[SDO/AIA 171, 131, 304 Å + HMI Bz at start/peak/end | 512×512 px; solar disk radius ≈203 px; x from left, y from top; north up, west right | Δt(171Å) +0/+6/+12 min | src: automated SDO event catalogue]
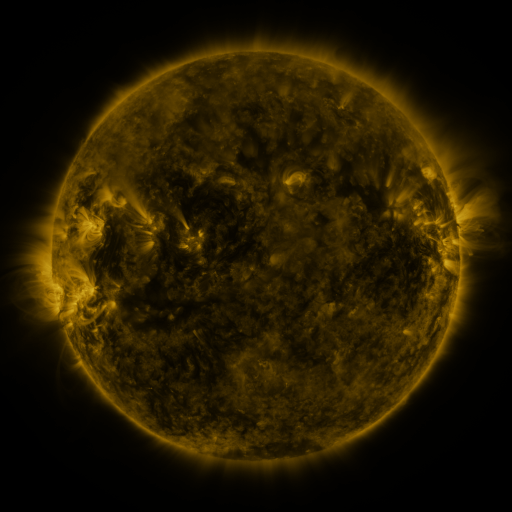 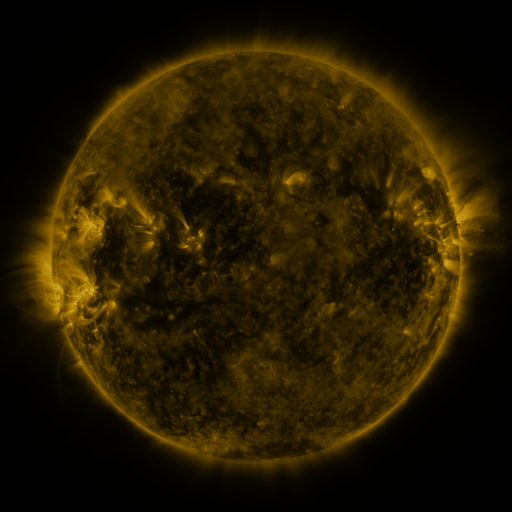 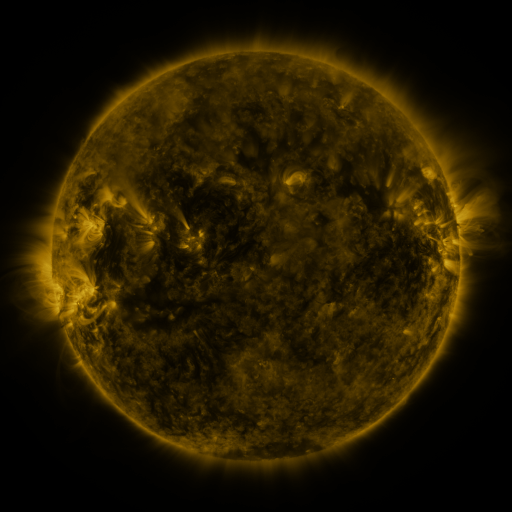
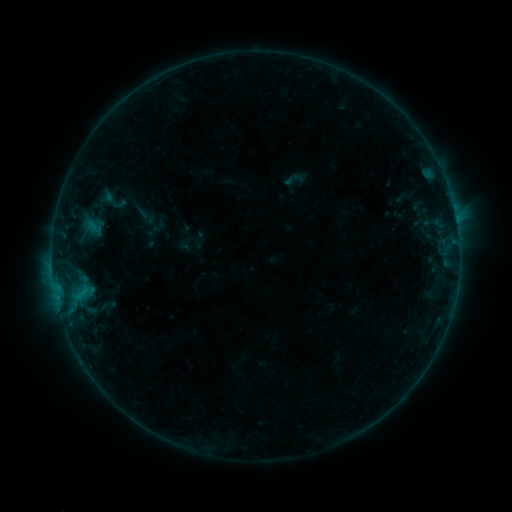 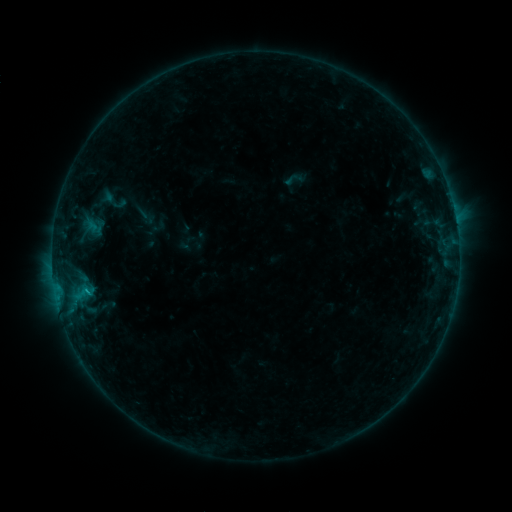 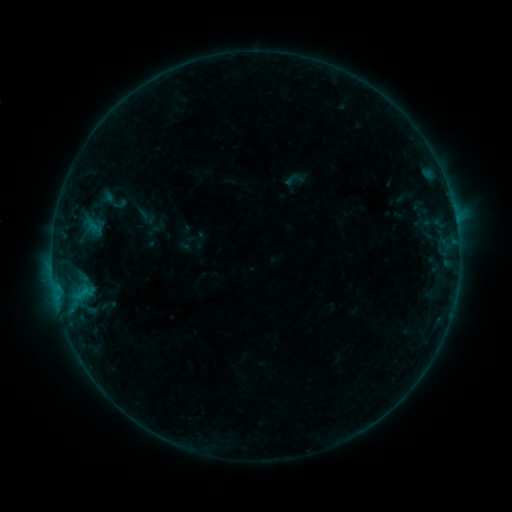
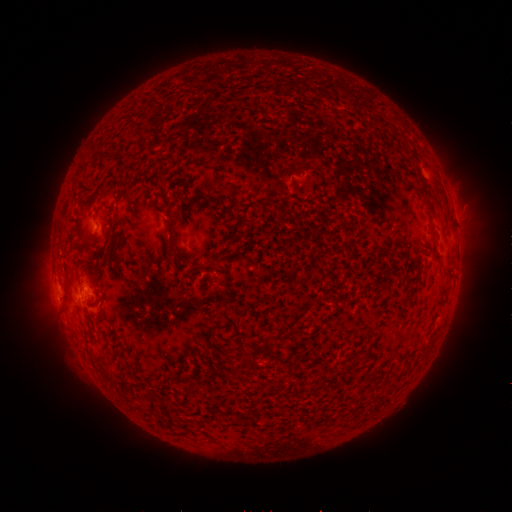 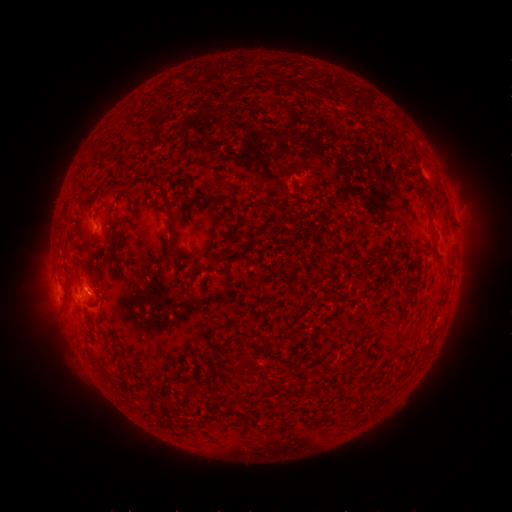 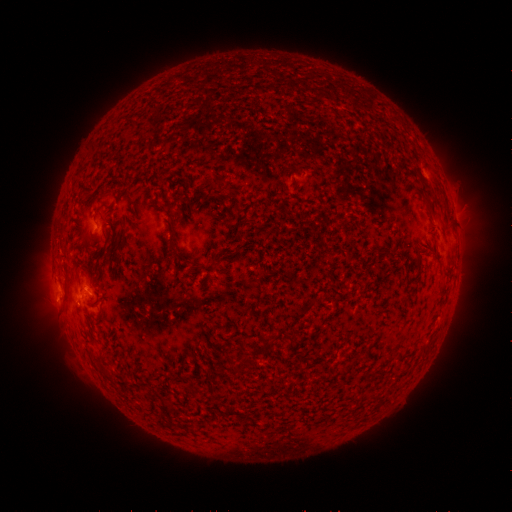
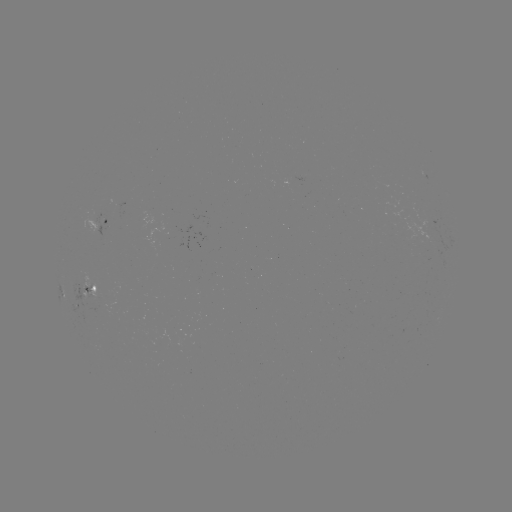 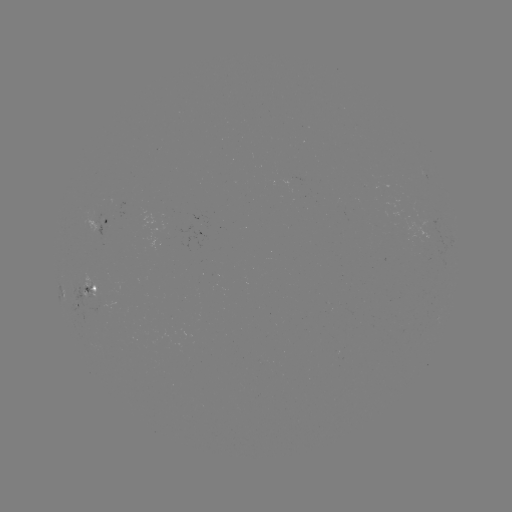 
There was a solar flare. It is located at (89, 292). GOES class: B4.1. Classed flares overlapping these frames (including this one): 1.